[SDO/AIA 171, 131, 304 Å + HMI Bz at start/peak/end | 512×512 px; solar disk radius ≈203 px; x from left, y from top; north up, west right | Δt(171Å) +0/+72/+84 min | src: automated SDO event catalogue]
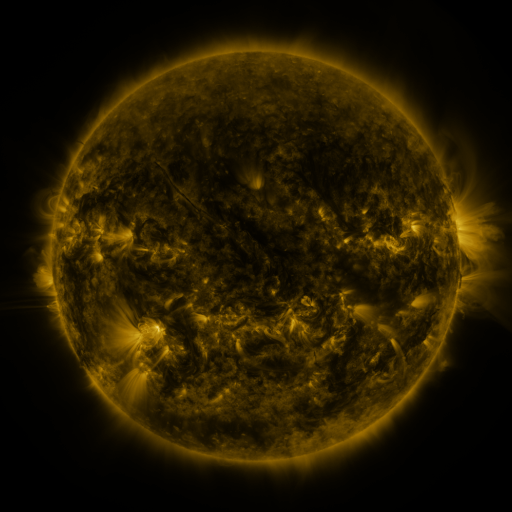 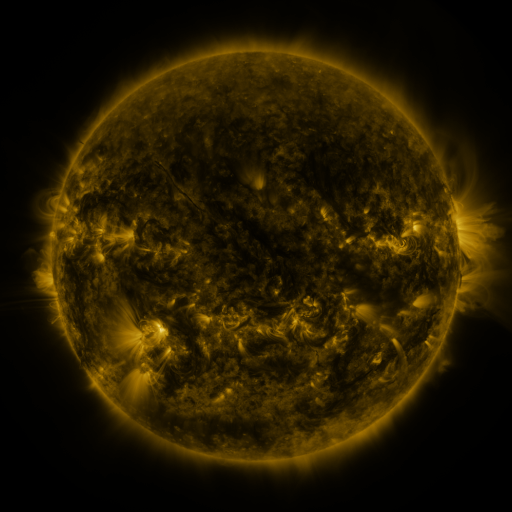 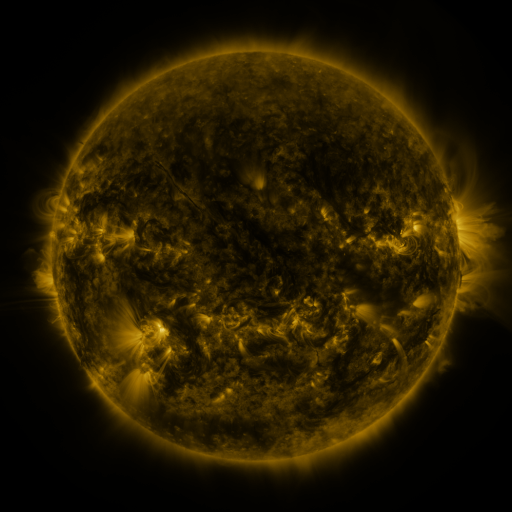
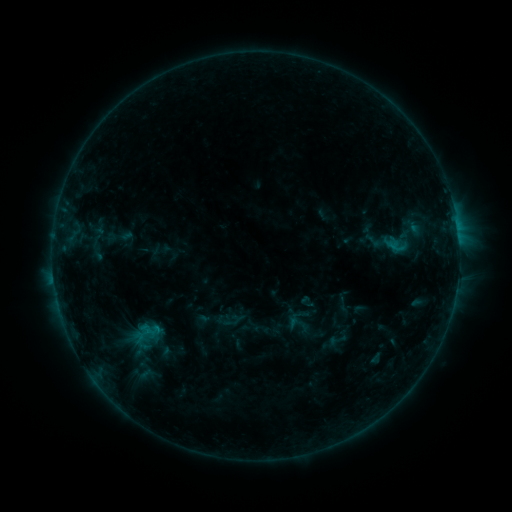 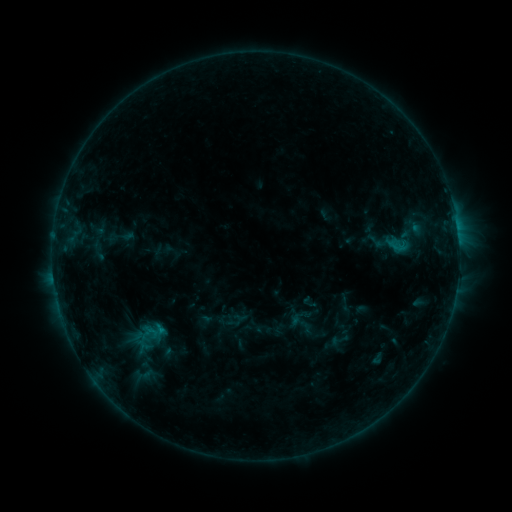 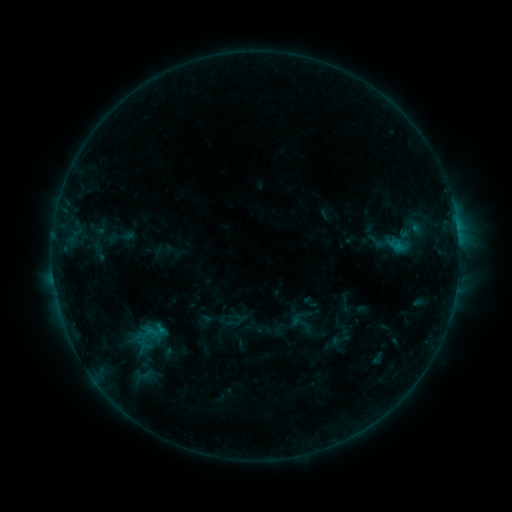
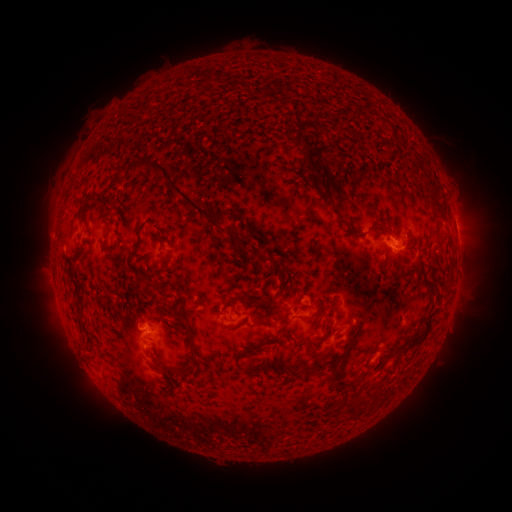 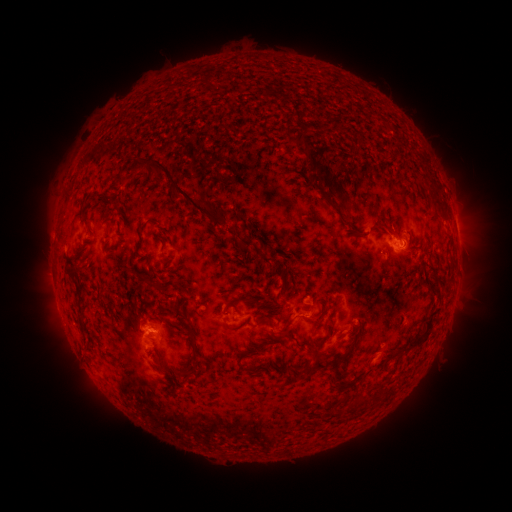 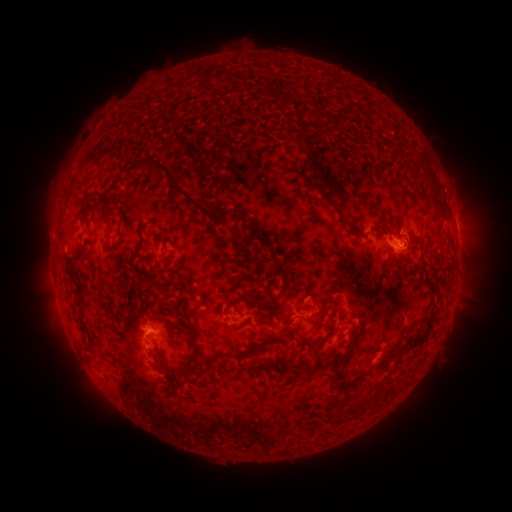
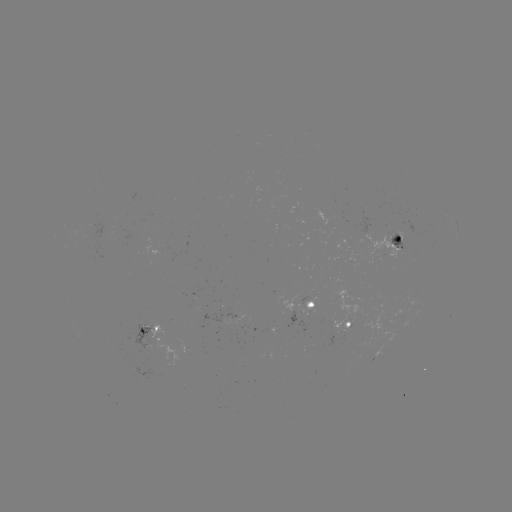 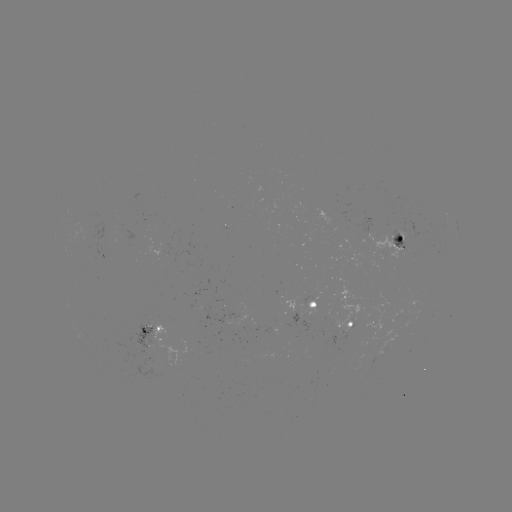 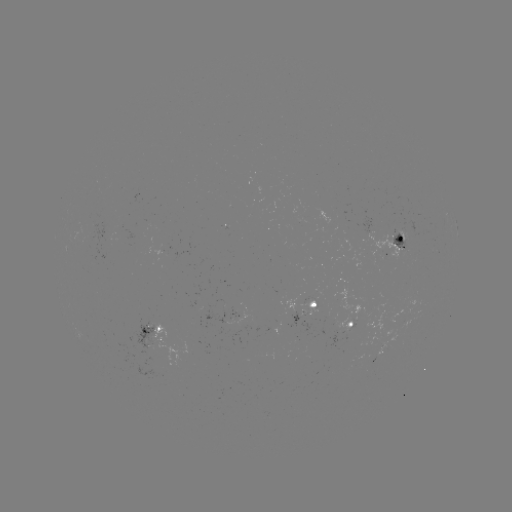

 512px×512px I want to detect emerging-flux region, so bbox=[300, 301, 317, 315].